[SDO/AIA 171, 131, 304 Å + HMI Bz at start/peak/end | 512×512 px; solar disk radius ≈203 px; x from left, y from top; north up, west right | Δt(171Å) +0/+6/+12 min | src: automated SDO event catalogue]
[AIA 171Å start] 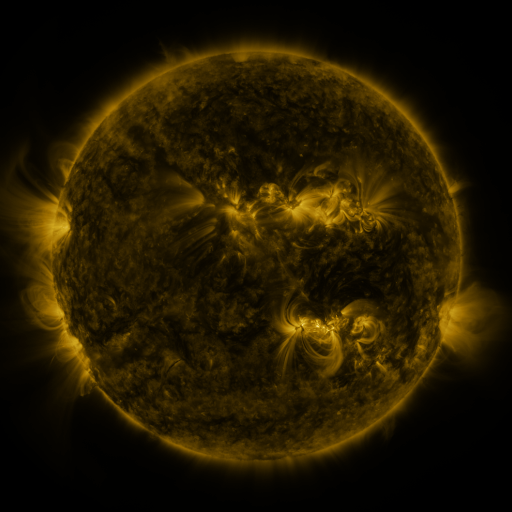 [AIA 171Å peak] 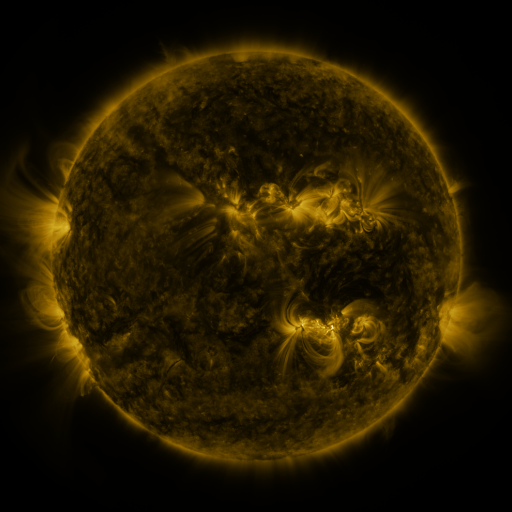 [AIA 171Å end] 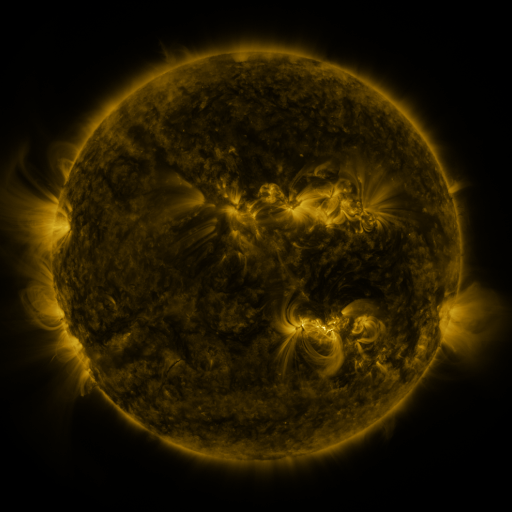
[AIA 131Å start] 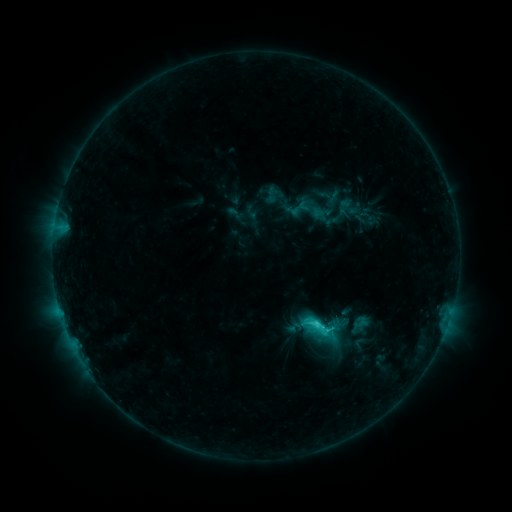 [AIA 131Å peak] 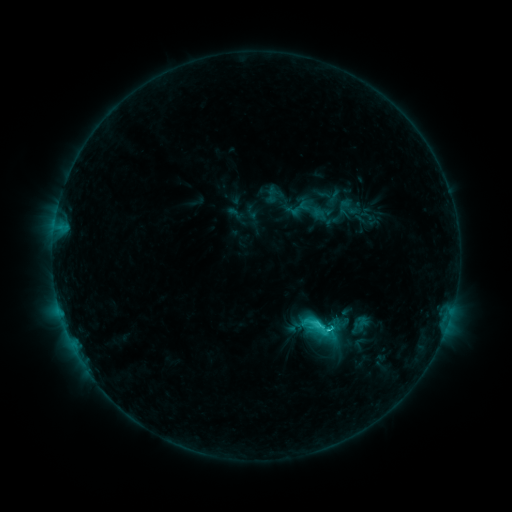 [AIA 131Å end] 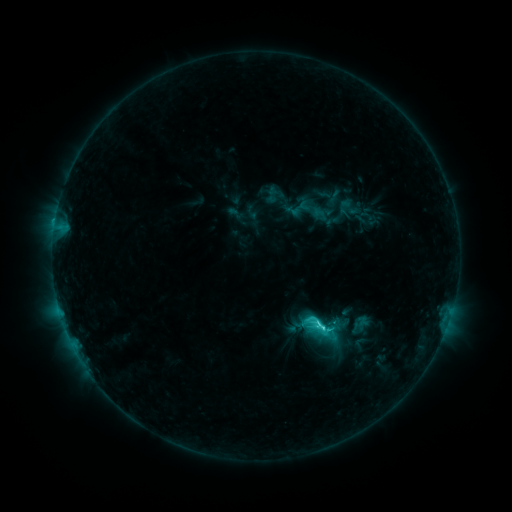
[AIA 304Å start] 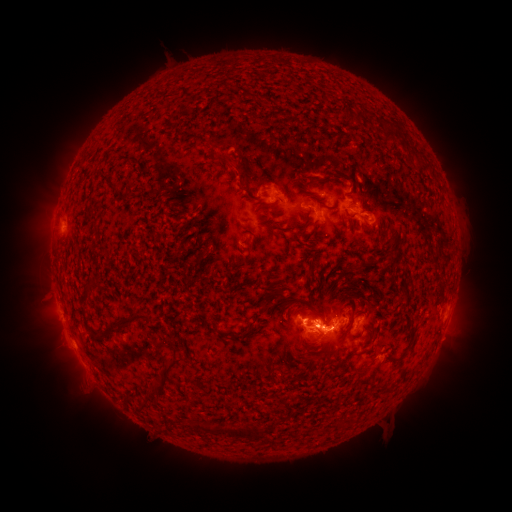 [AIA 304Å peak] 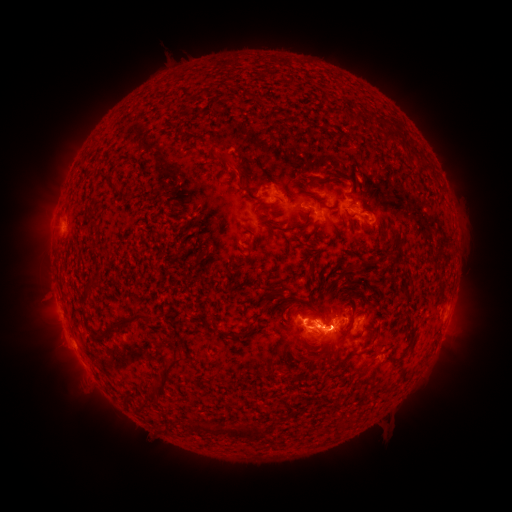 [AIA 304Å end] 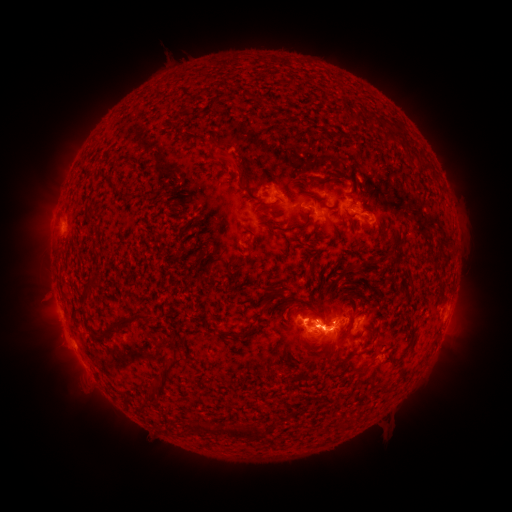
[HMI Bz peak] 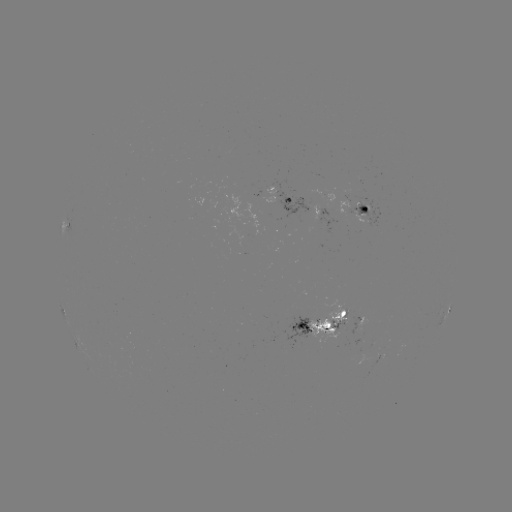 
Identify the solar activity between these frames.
C6.4 flare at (332, 325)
